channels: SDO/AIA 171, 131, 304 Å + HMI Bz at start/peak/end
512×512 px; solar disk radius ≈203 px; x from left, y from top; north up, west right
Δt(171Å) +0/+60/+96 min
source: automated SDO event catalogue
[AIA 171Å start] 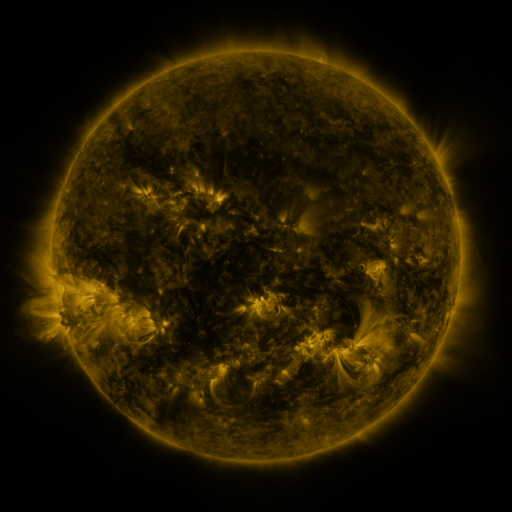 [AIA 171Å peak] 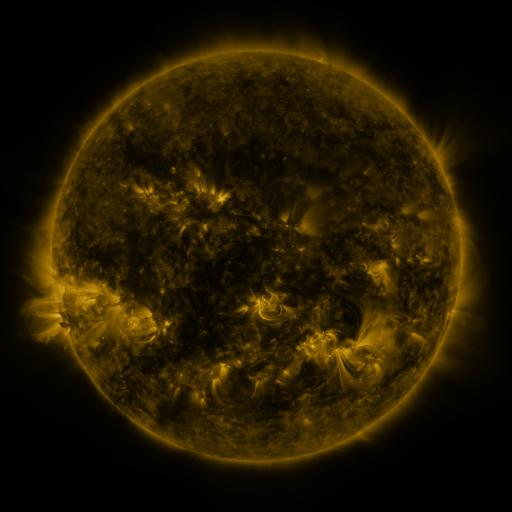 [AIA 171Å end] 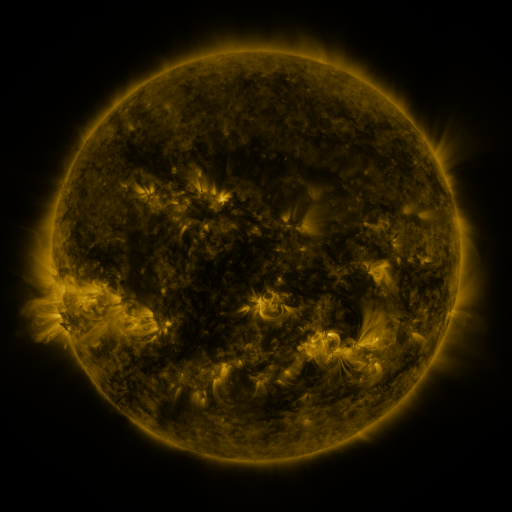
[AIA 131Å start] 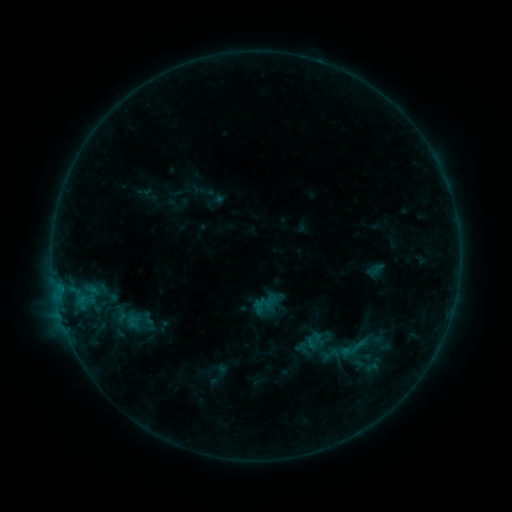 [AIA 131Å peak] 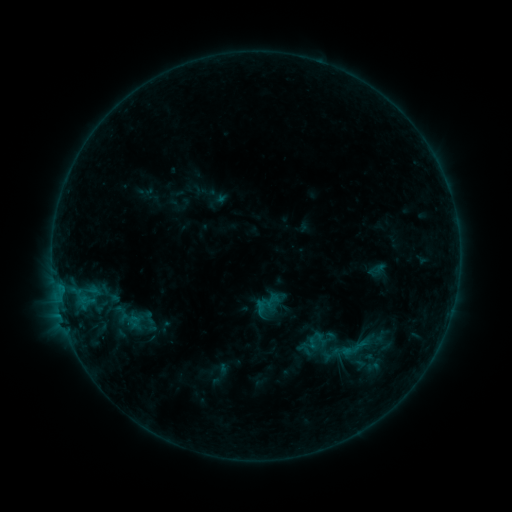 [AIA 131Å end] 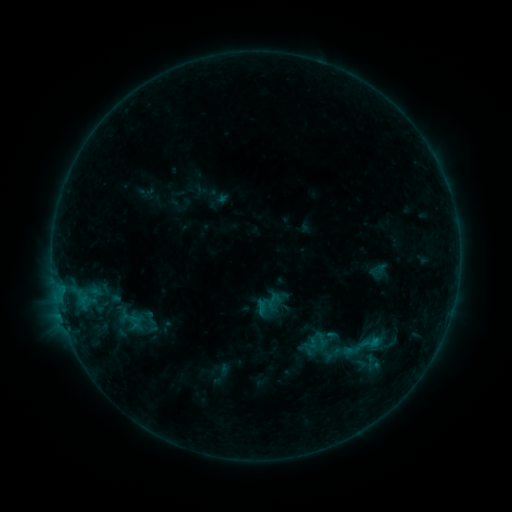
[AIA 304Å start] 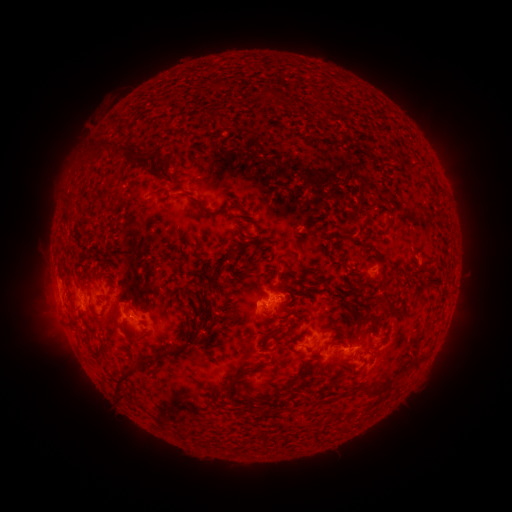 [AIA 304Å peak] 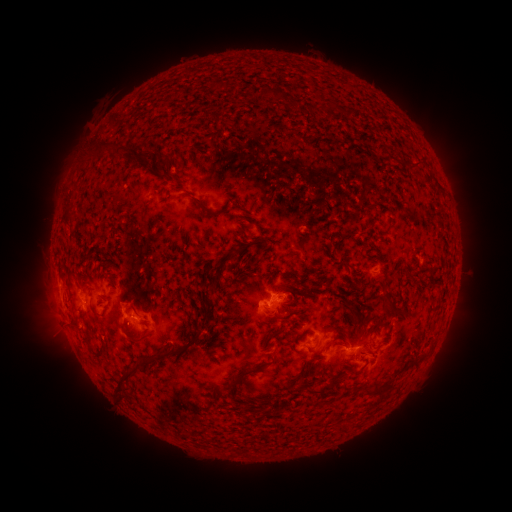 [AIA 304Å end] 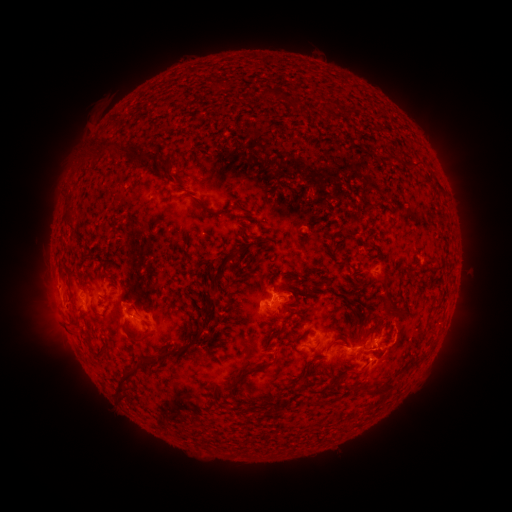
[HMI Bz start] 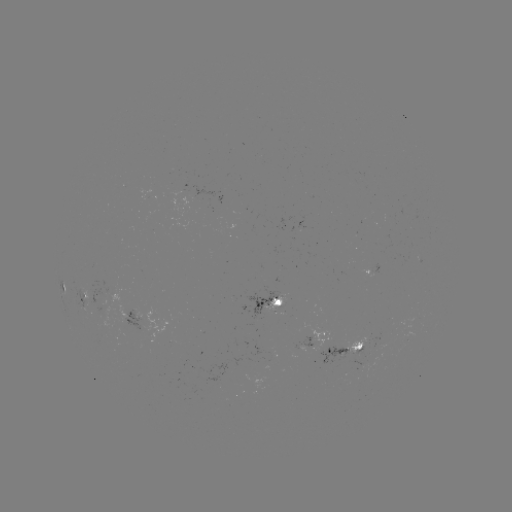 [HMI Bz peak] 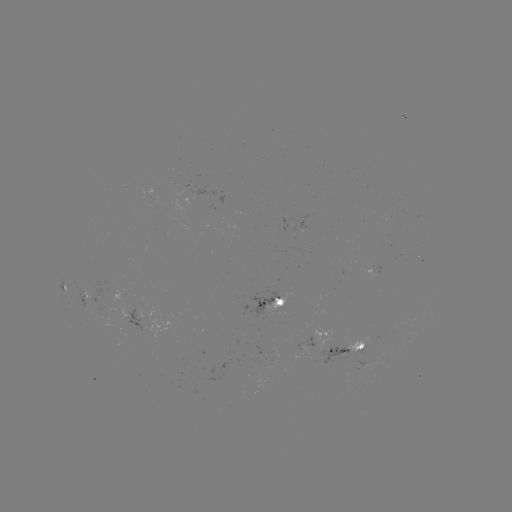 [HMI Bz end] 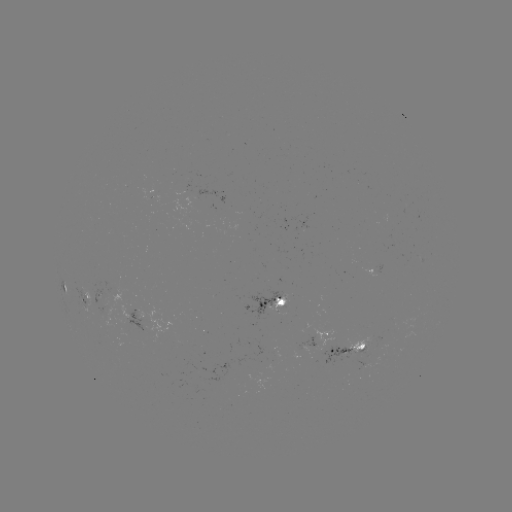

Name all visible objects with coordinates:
emerging-flux region: (97, 296)
